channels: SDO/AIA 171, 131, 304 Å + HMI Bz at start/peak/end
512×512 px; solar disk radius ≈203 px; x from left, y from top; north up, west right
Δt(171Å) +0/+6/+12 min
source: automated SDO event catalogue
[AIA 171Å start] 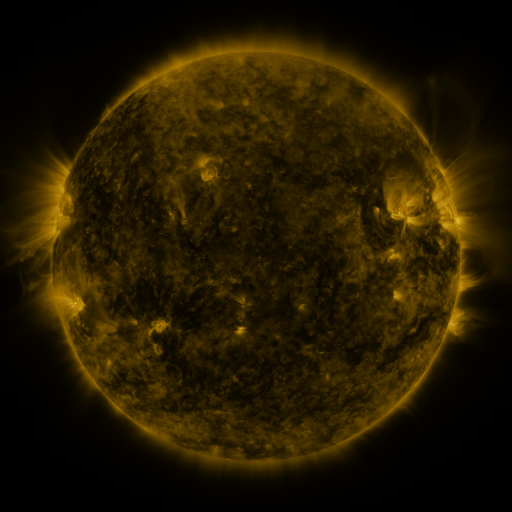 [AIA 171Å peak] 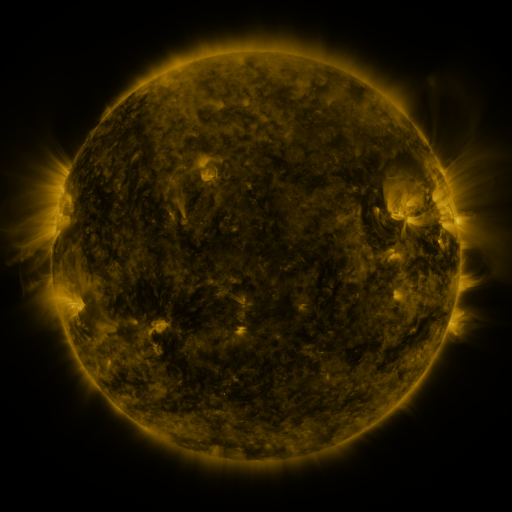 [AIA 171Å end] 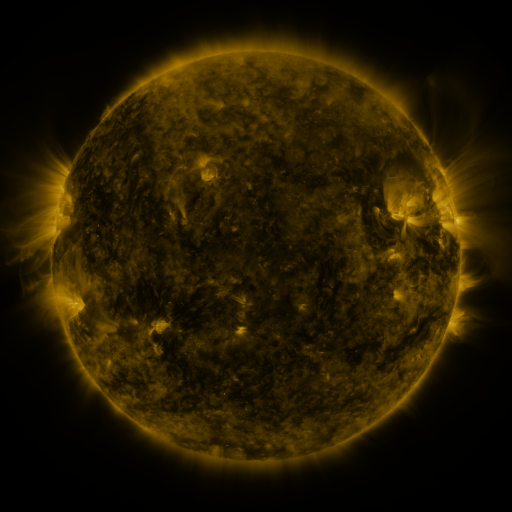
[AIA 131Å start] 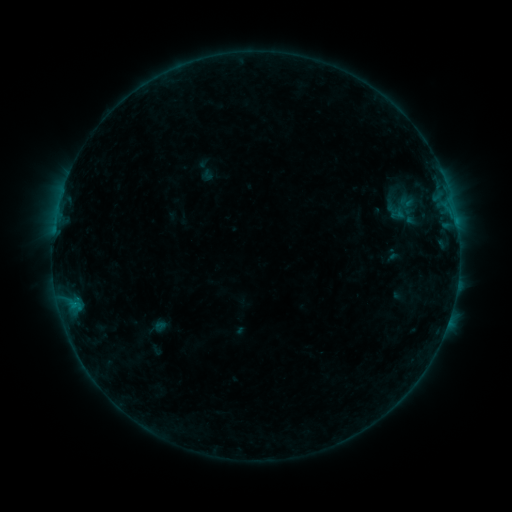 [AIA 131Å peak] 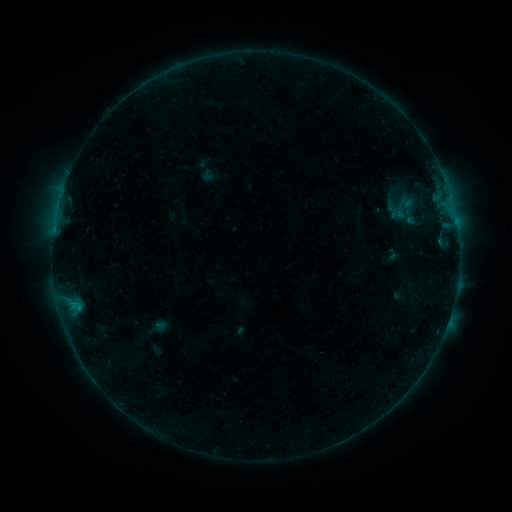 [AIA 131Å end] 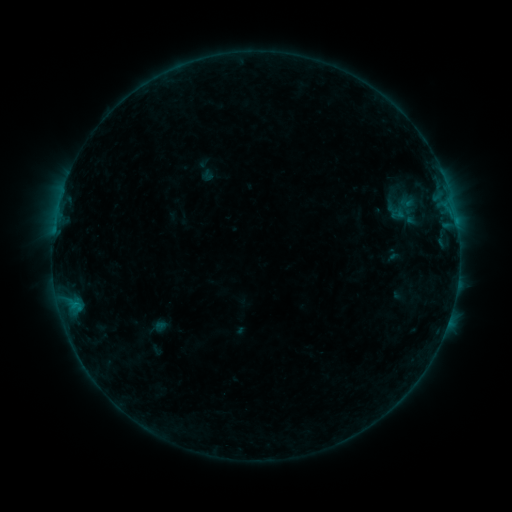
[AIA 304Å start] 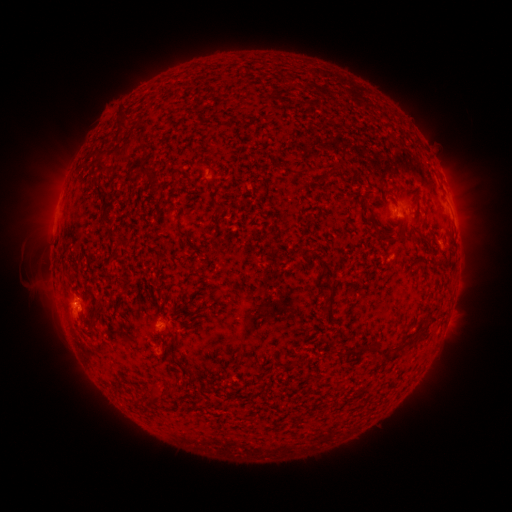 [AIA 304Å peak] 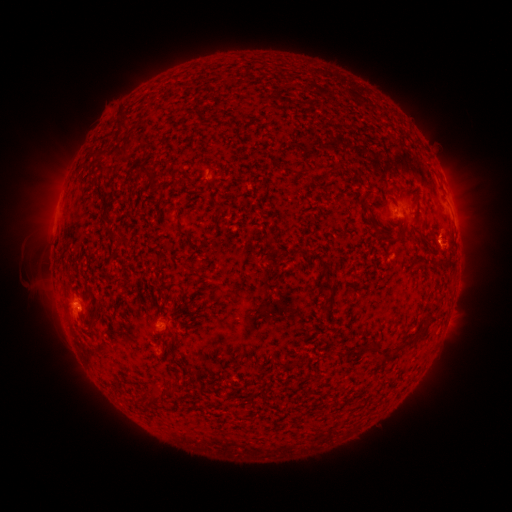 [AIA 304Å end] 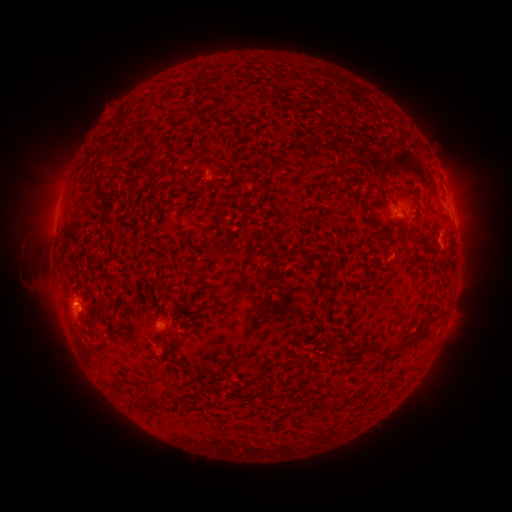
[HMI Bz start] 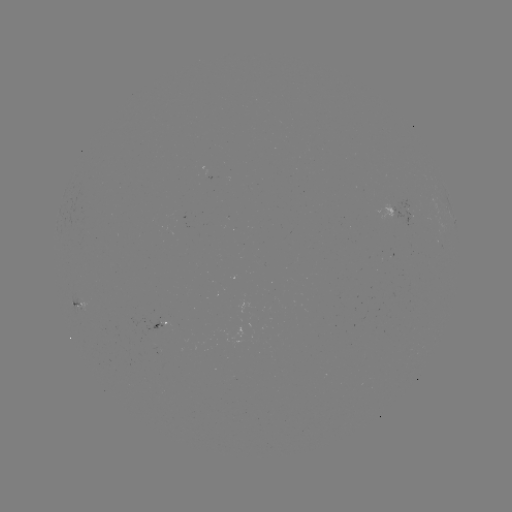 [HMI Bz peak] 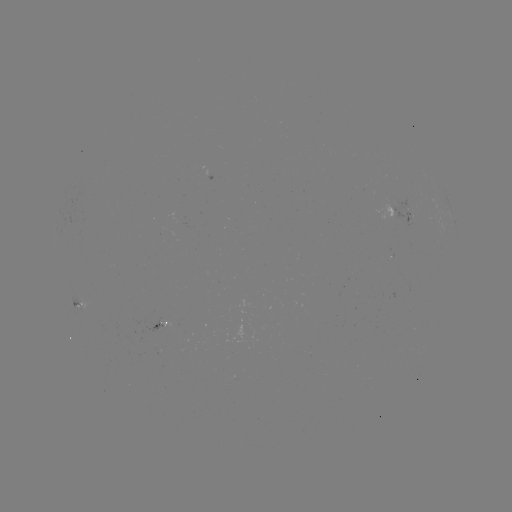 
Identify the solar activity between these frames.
no classed flare was catalogued and no EUV brightening was flagged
